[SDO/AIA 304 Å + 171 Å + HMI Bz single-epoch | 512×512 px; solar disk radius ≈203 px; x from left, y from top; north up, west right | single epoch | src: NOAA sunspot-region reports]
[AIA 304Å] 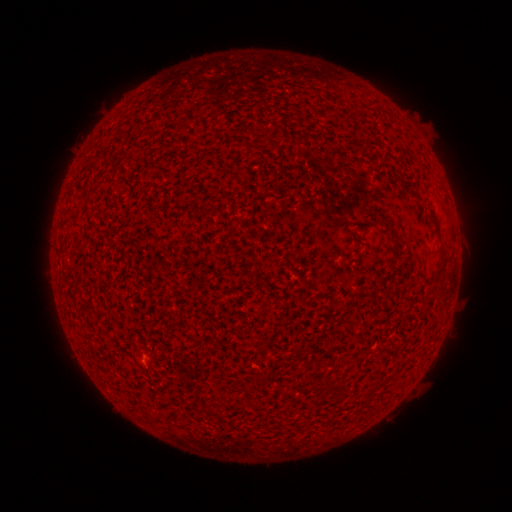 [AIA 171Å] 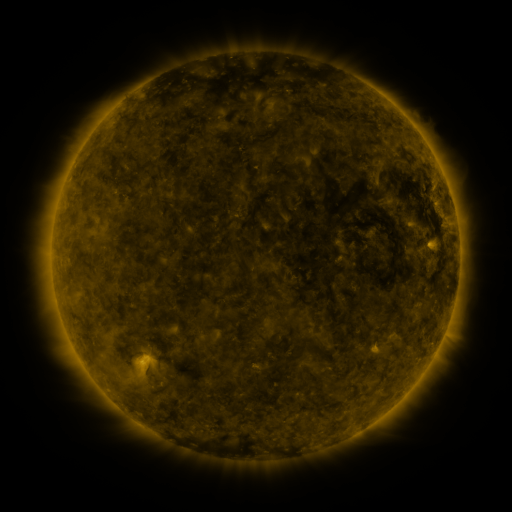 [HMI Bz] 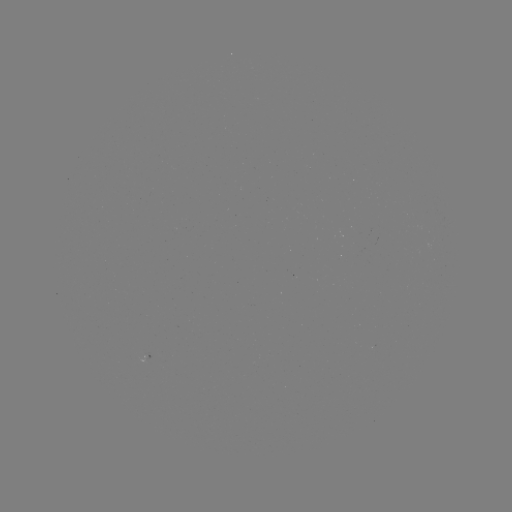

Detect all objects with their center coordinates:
spotted active region: (144, 357)
